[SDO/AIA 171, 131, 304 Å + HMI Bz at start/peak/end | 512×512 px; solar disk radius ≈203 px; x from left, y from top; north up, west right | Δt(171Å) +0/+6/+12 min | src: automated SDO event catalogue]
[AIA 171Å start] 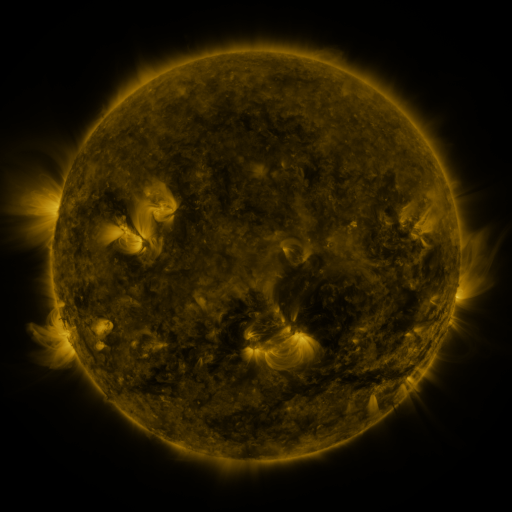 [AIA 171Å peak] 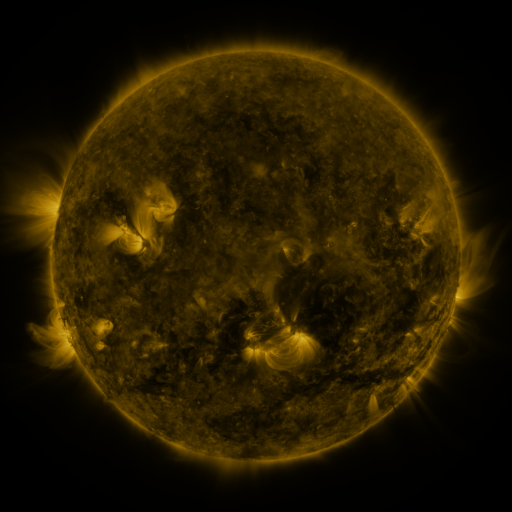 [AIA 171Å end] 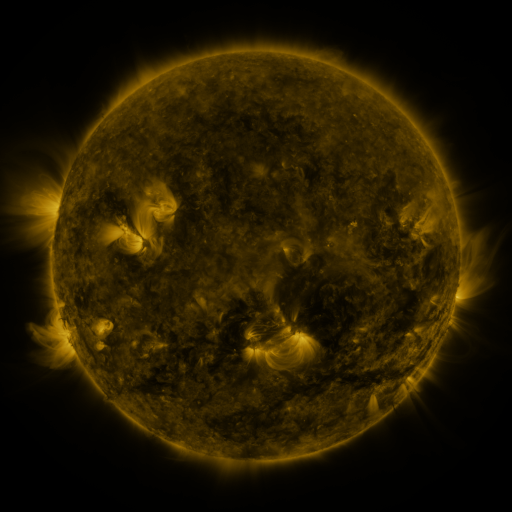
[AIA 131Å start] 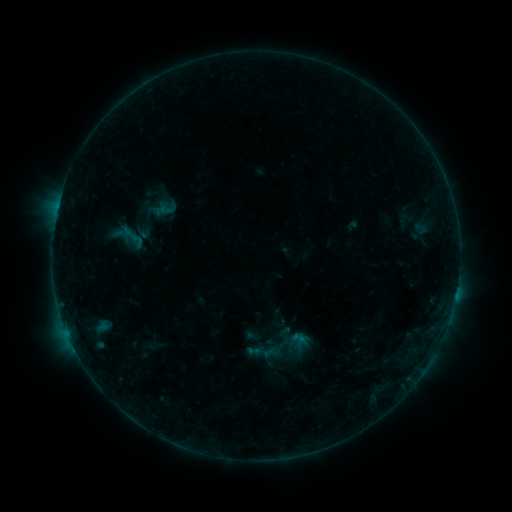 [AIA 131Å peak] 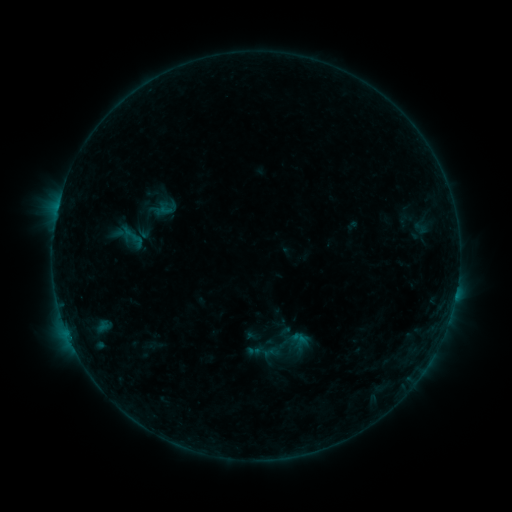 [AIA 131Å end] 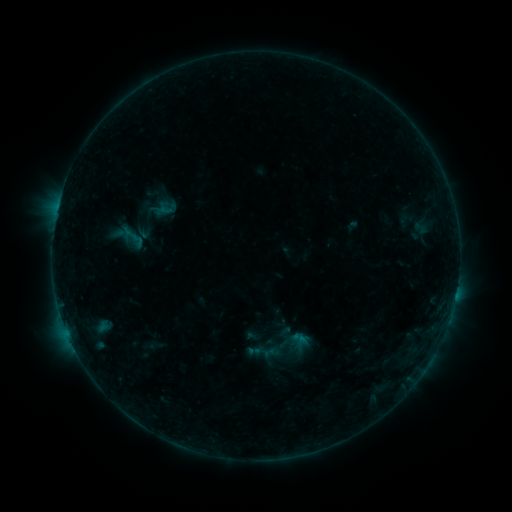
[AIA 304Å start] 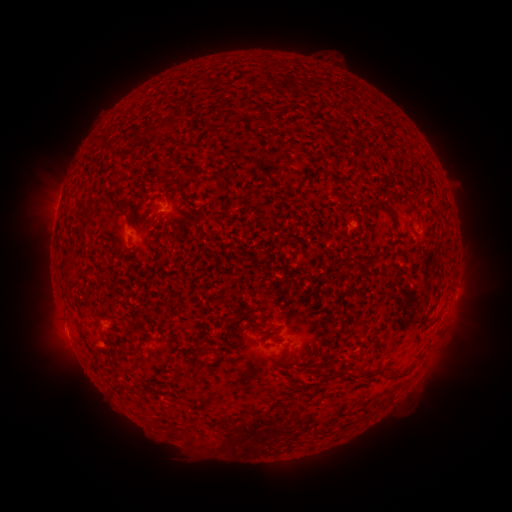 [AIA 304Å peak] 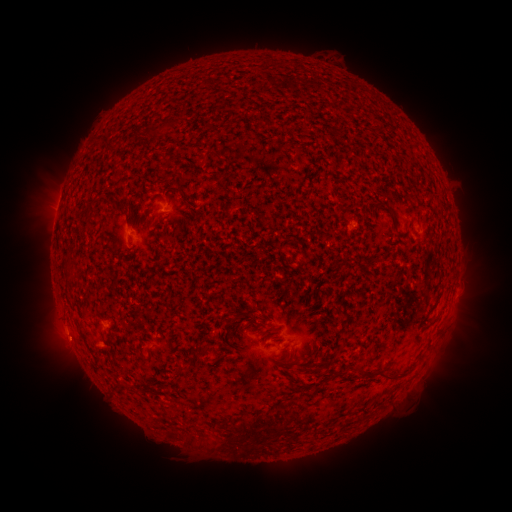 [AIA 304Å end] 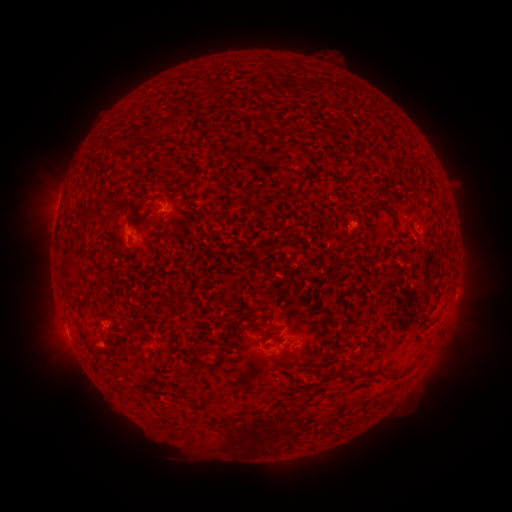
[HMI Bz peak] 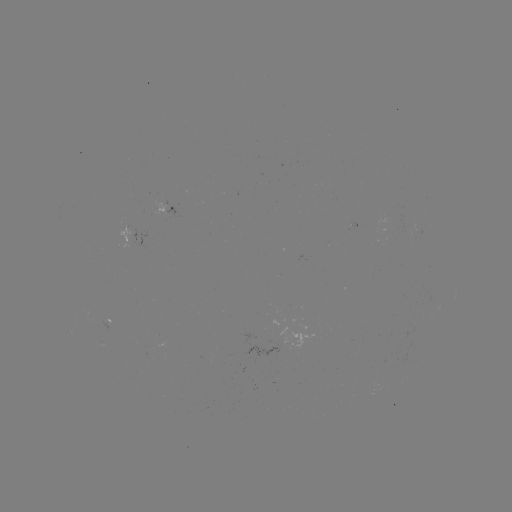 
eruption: (41, 326, 93, 376)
